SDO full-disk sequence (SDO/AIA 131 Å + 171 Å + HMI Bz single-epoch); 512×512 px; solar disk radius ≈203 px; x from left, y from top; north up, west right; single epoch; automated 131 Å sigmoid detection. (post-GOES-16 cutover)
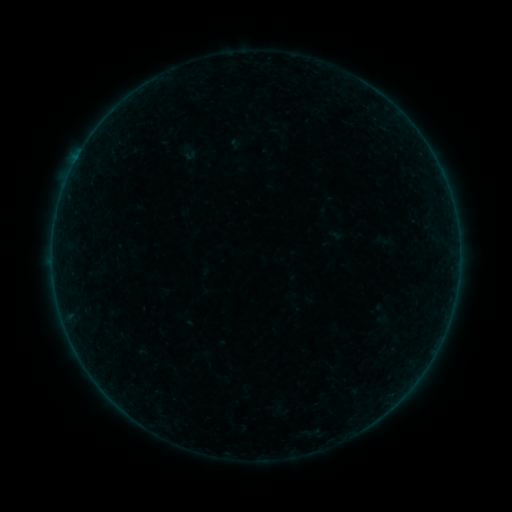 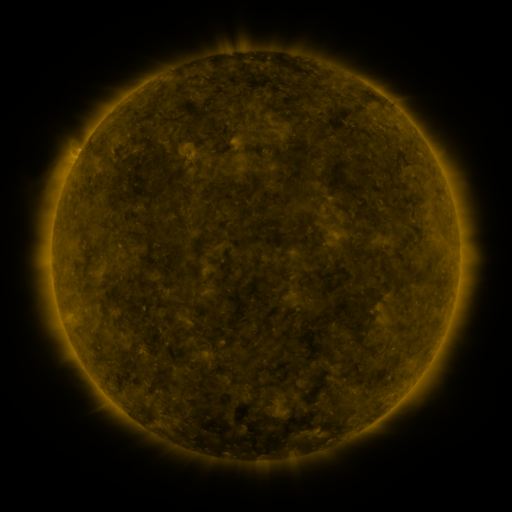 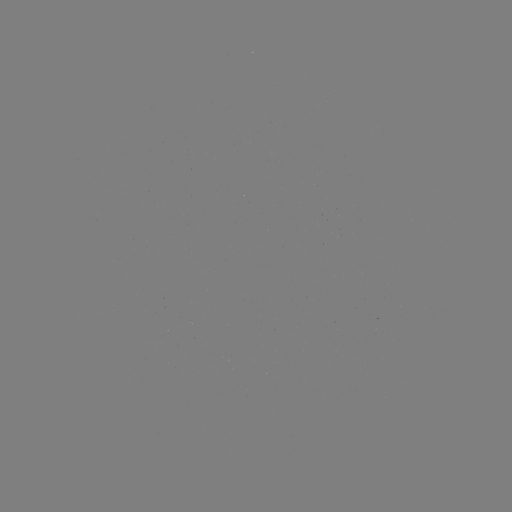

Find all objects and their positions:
sigmoid: (189, 153)
